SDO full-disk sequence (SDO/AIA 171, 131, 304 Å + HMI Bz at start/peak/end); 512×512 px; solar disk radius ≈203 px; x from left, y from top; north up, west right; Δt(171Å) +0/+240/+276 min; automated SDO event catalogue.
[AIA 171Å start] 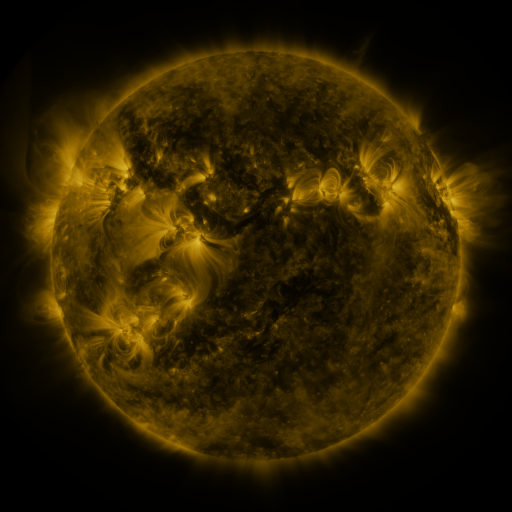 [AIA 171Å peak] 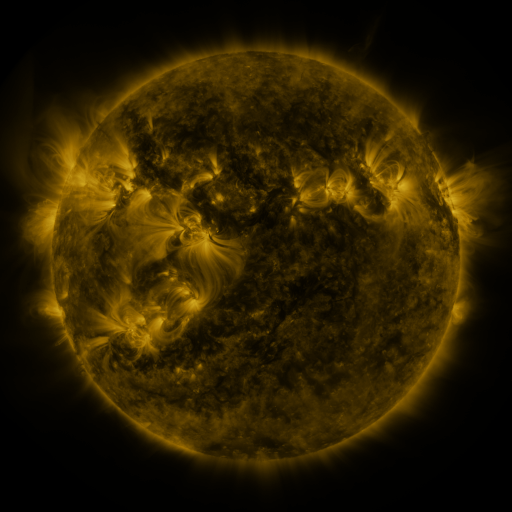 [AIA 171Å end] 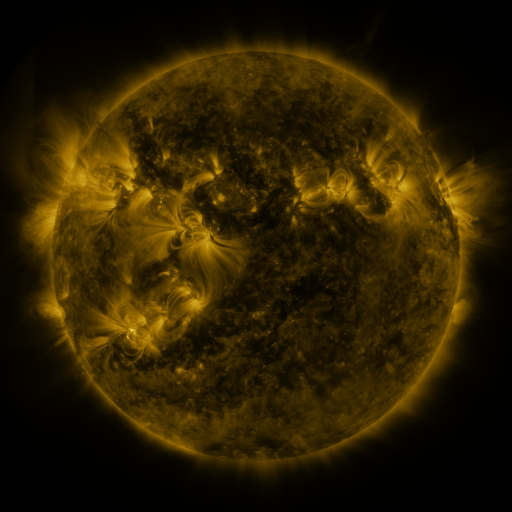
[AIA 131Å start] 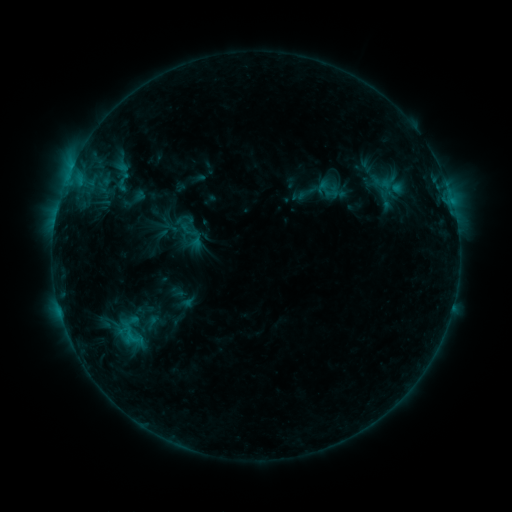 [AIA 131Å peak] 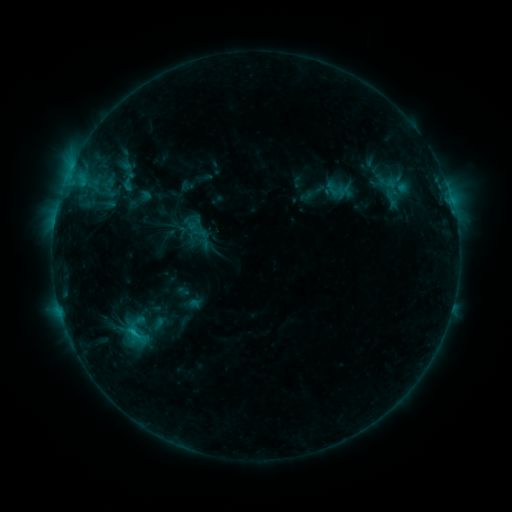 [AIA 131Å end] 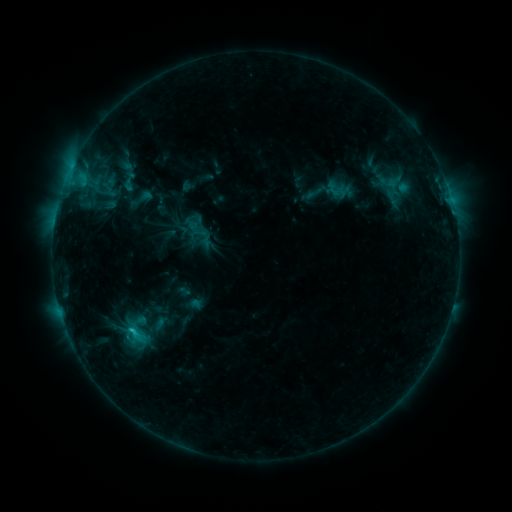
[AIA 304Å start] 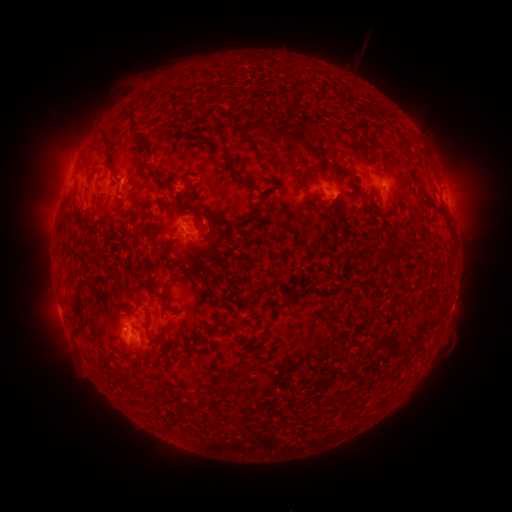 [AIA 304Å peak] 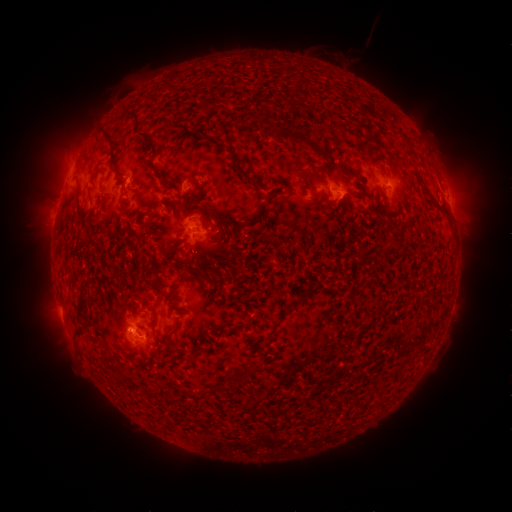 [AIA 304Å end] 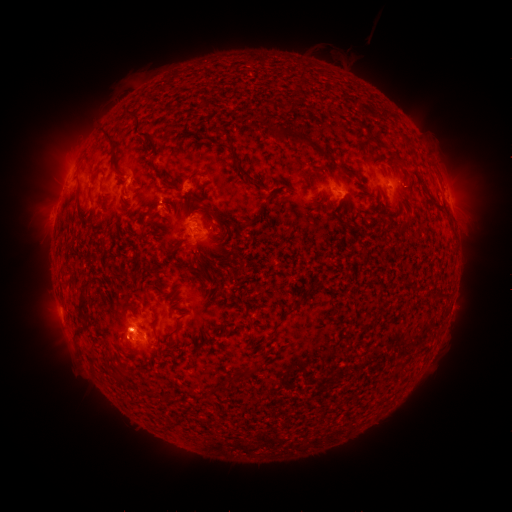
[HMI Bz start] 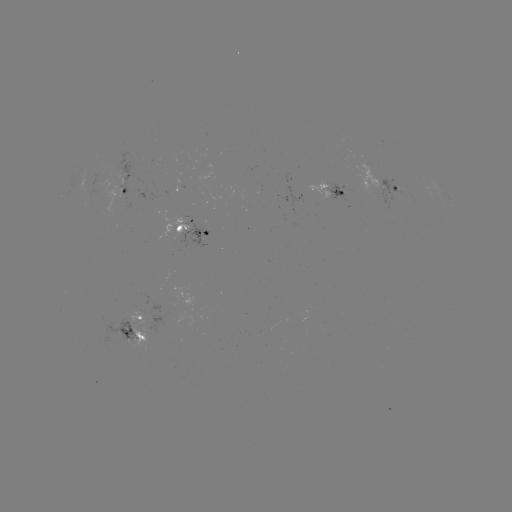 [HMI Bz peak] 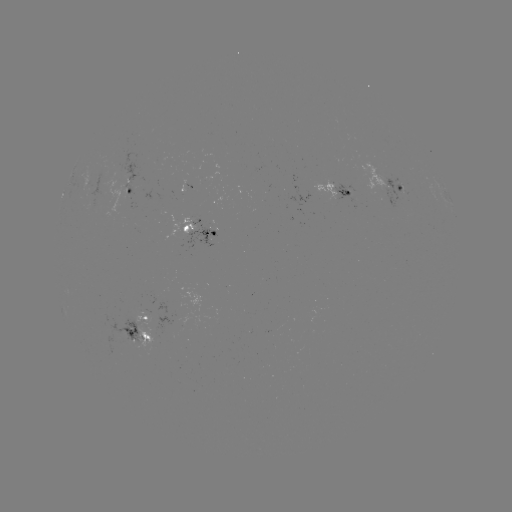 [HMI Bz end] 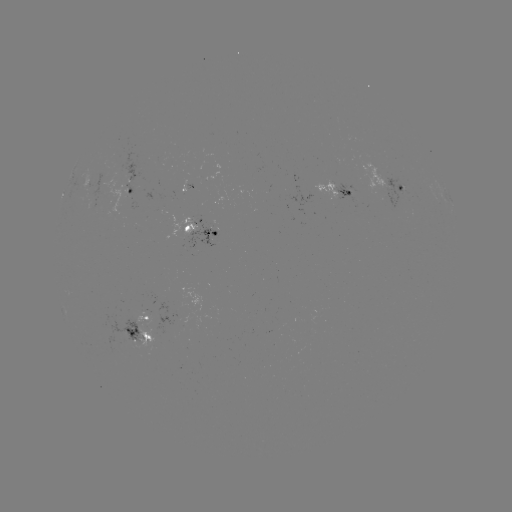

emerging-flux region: (311, 181, 338, 201)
